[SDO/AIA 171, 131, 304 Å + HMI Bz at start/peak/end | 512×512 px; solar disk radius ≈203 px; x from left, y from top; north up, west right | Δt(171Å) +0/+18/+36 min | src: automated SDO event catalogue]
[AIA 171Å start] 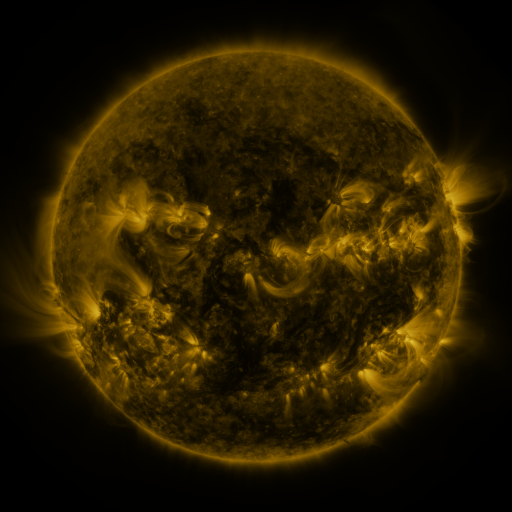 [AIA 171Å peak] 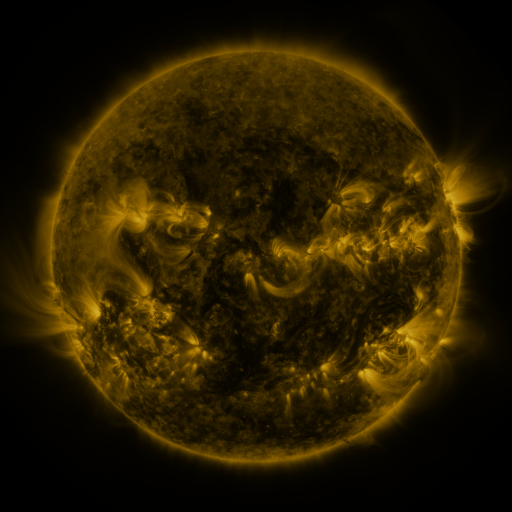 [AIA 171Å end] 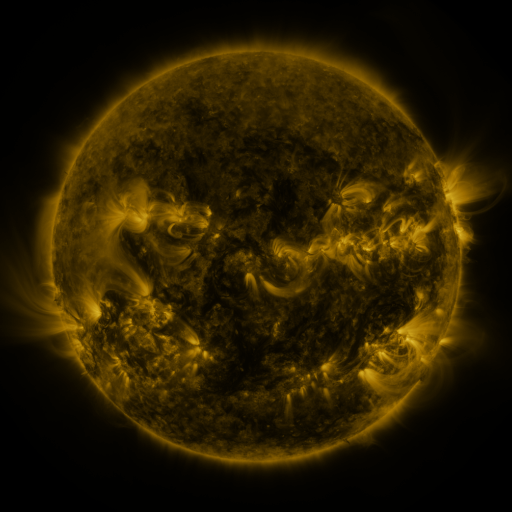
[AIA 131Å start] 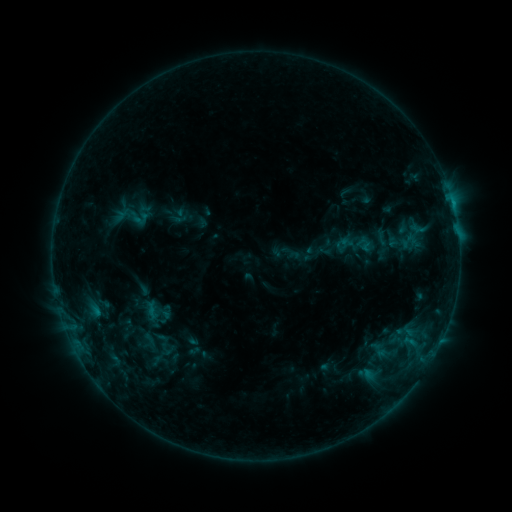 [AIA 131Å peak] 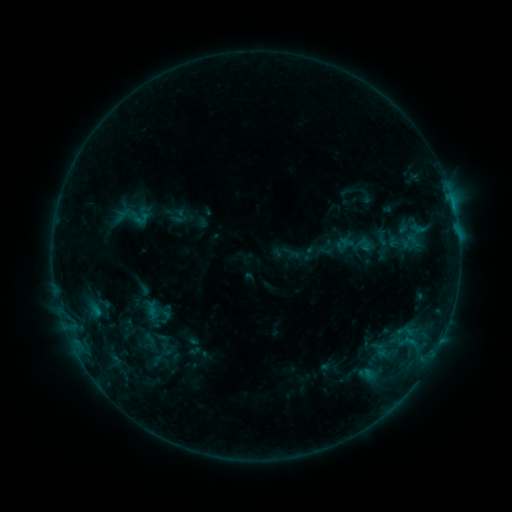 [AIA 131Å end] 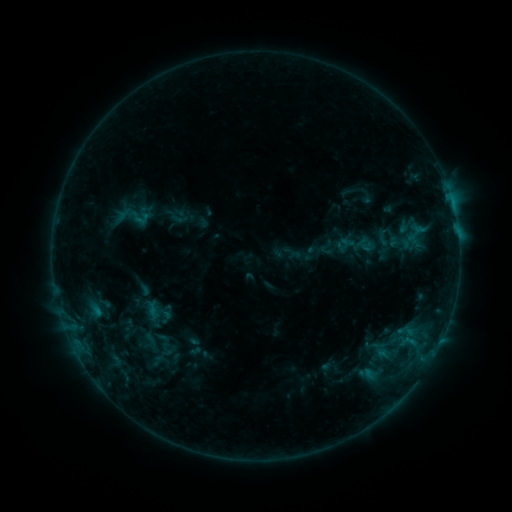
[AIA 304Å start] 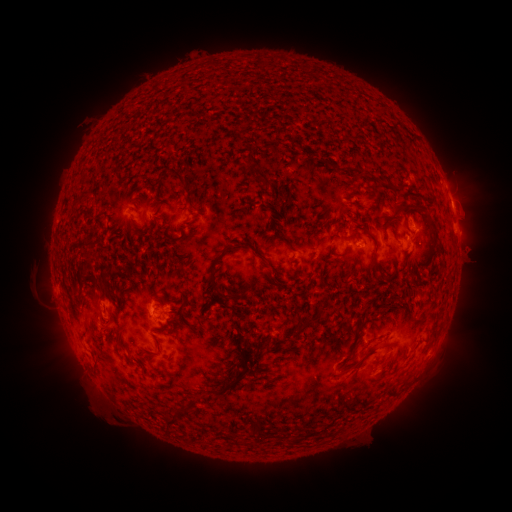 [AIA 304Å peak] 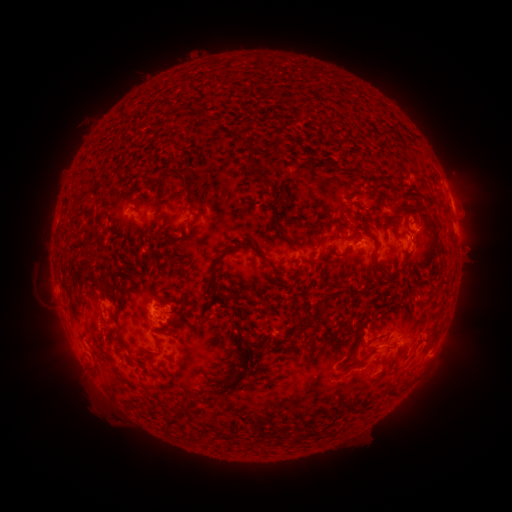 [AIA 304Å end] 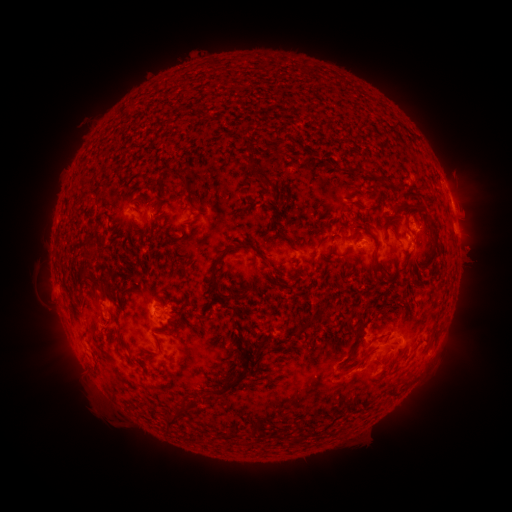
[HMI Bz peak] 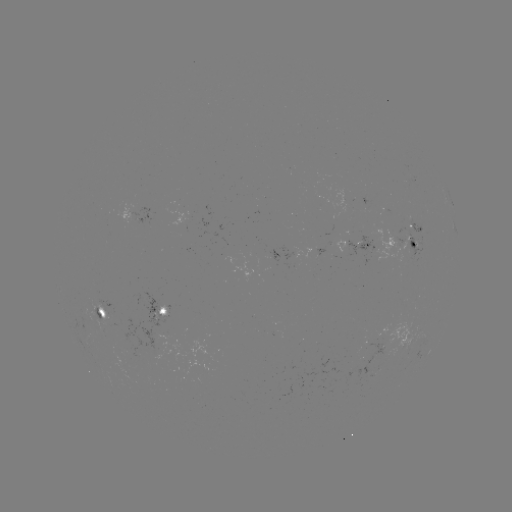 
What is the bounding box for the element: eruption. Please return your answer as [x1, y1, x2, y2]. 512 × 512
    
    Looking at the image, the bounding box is [362, 323, 411, 366].